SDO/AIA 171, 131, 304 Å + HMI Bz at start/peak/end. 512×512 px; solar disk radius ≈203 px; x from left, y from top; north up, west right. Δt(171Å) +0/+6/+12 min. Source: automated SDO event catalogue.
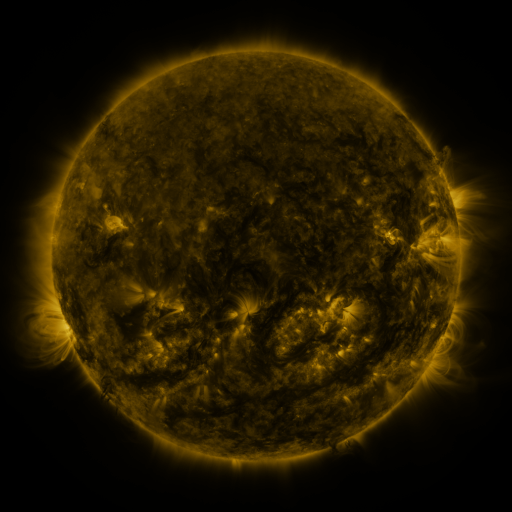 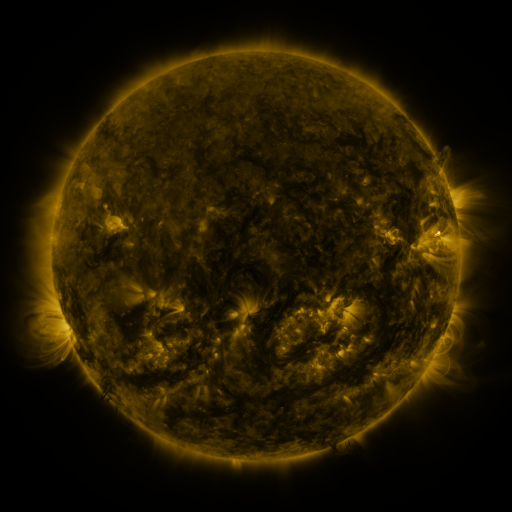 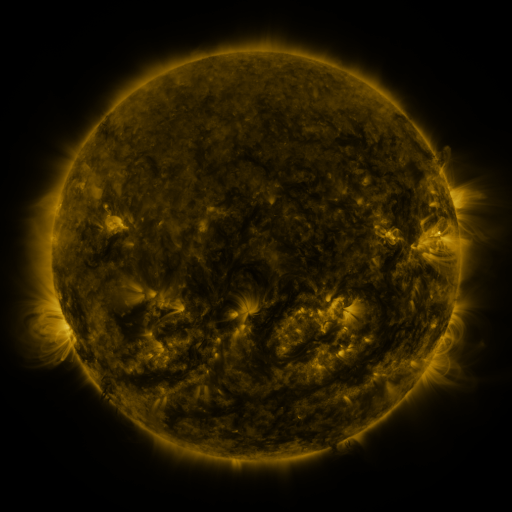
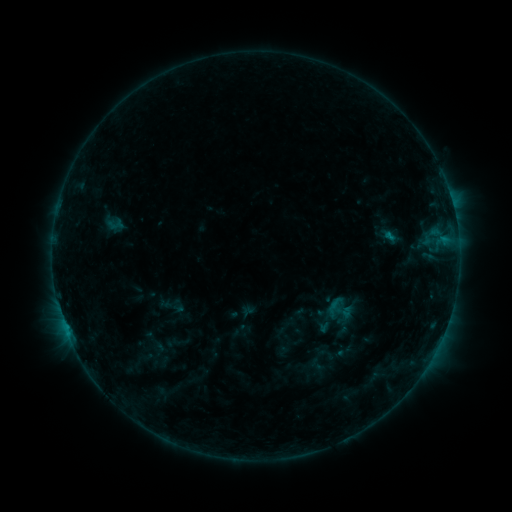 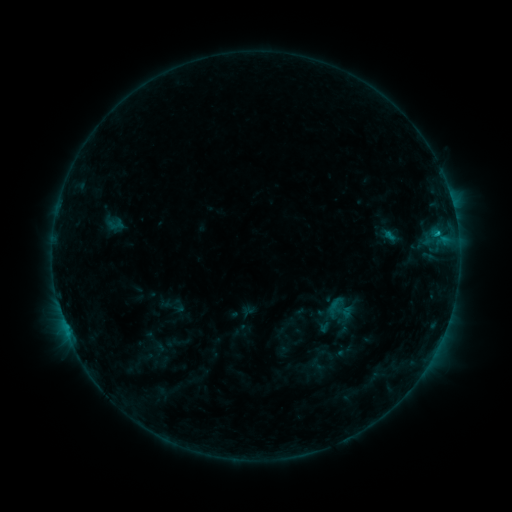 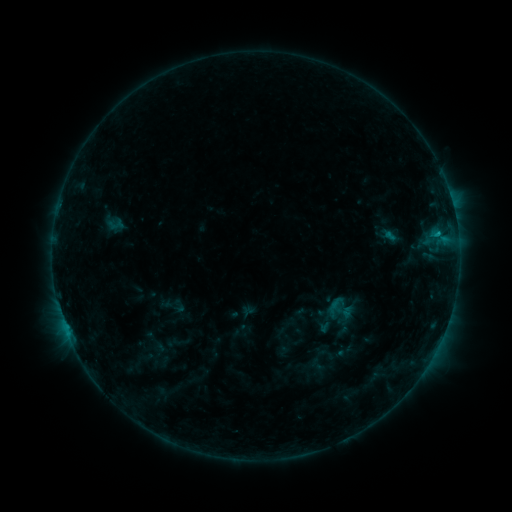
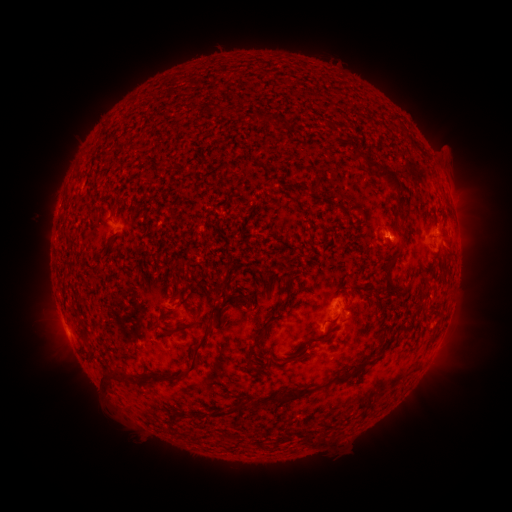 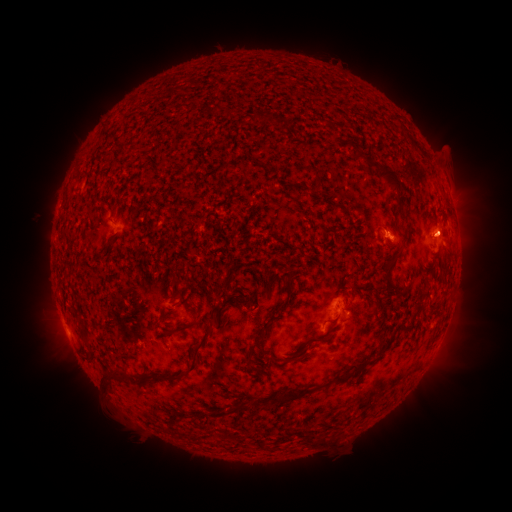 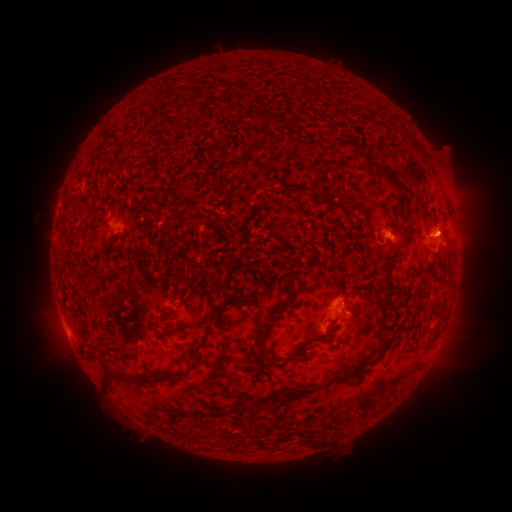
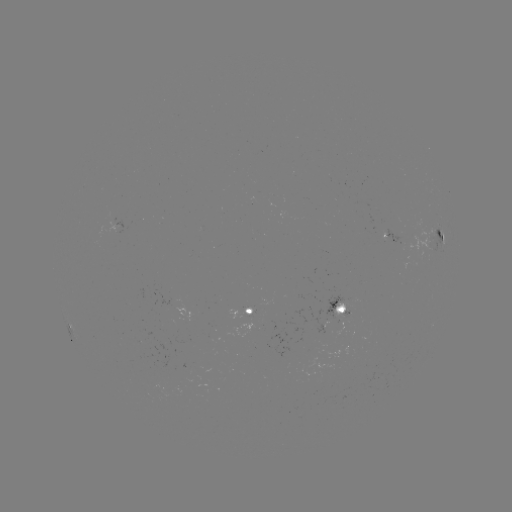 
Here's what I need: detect B6.9 flare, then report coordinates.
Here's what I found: B6.9 flare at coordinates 437,234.